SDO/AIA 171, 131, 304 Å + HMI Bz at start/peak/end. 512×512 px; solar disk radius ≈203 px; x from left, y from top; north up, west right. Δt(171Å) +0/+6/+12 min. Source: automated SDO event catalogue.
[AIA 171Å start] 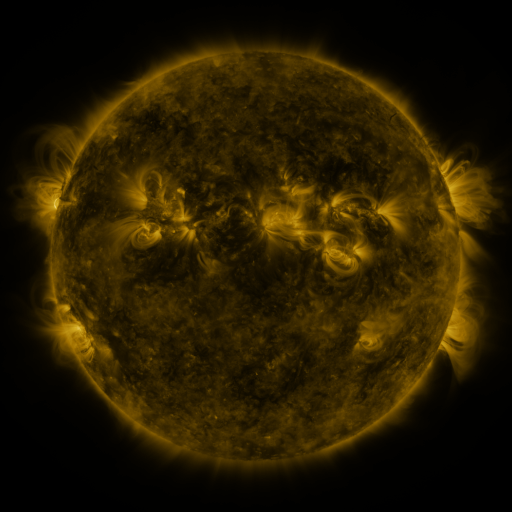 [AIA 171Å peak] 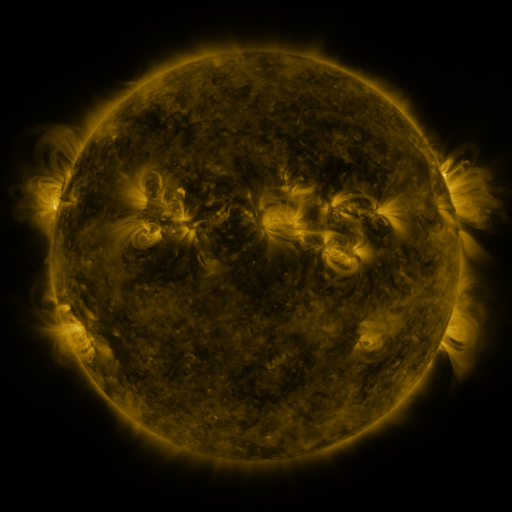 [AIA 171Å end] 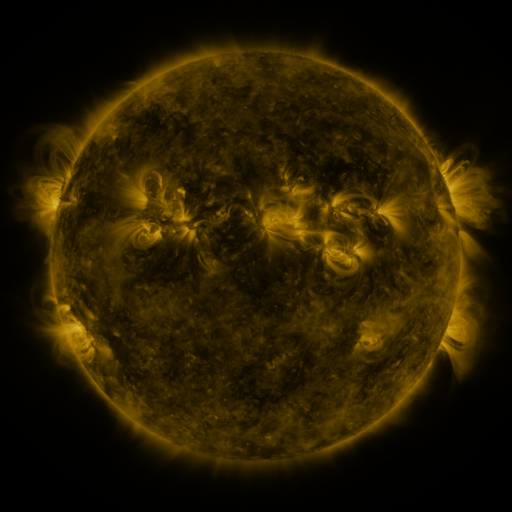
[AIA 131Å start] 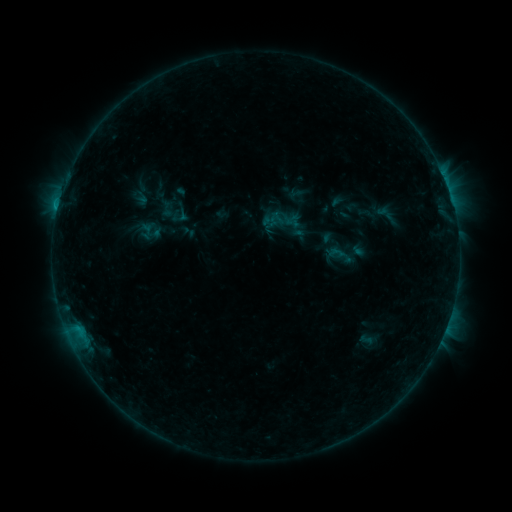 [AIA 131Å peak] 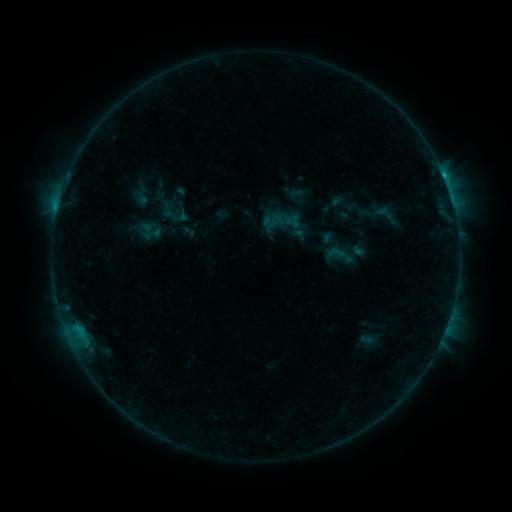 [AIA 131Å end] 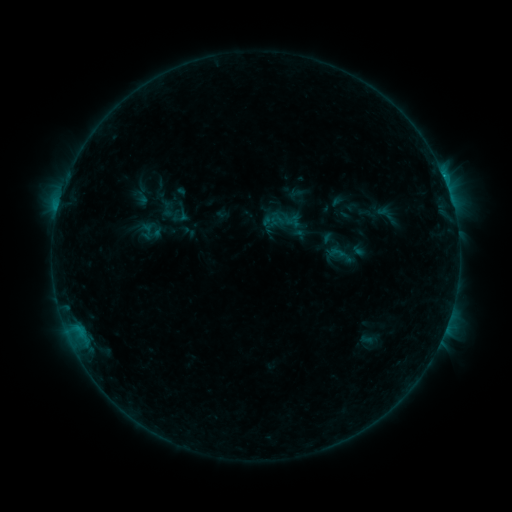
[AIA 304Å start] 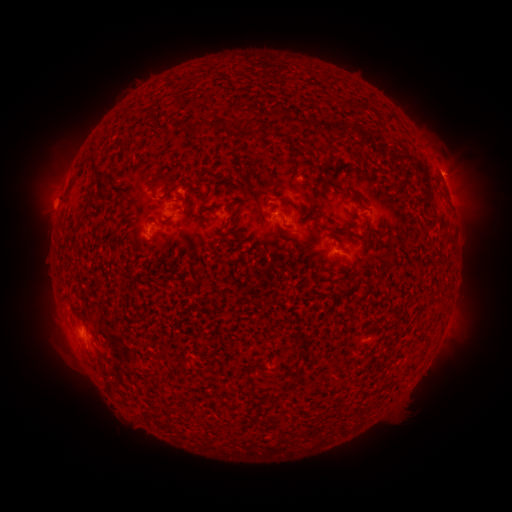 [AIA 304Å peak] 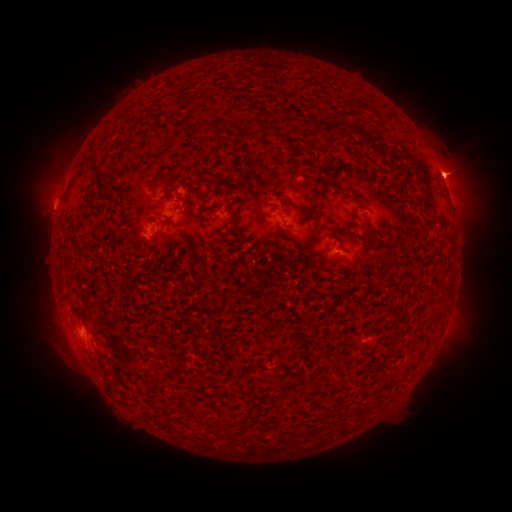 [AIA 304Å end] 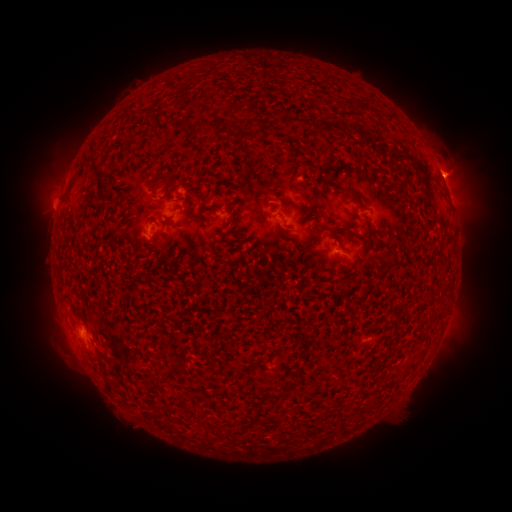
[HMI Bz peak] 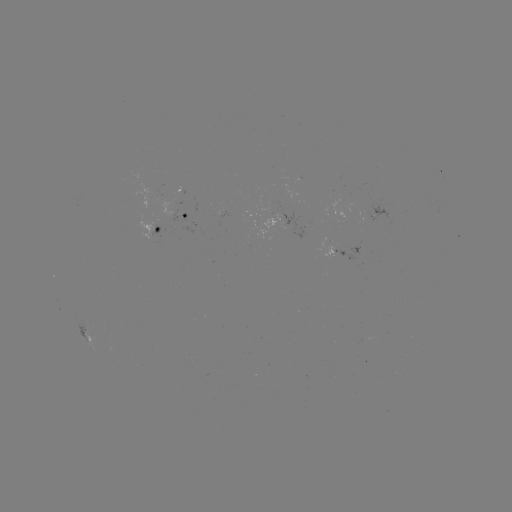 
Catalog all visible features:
eruption: (466, 167)
